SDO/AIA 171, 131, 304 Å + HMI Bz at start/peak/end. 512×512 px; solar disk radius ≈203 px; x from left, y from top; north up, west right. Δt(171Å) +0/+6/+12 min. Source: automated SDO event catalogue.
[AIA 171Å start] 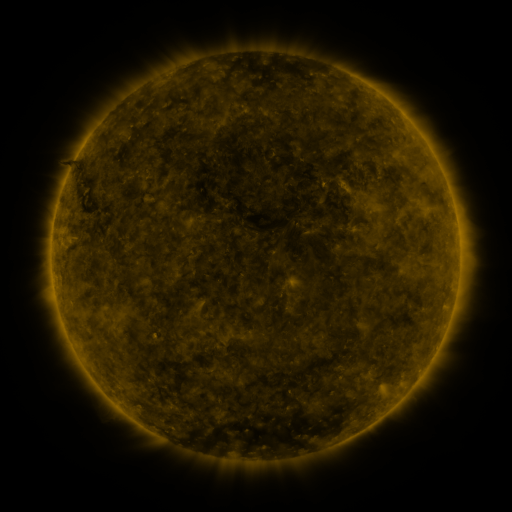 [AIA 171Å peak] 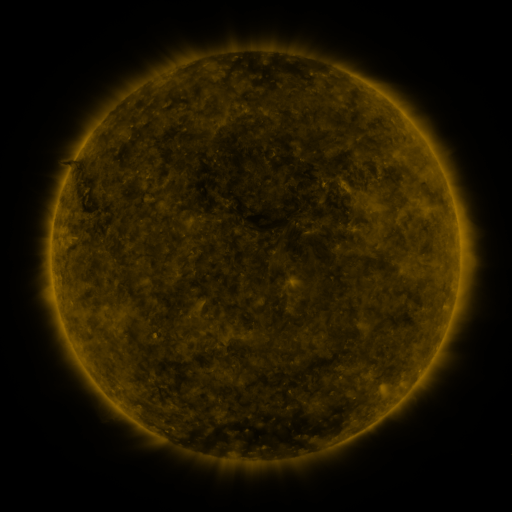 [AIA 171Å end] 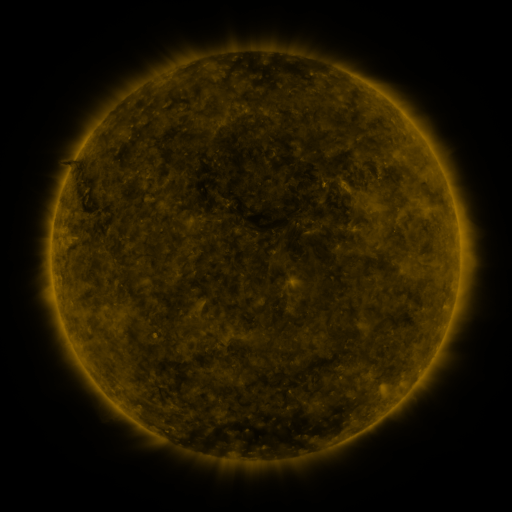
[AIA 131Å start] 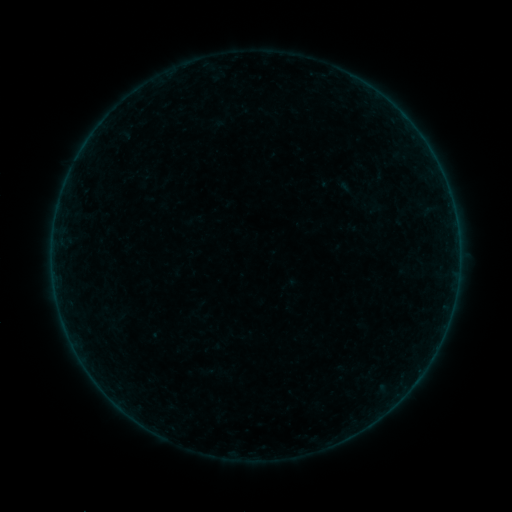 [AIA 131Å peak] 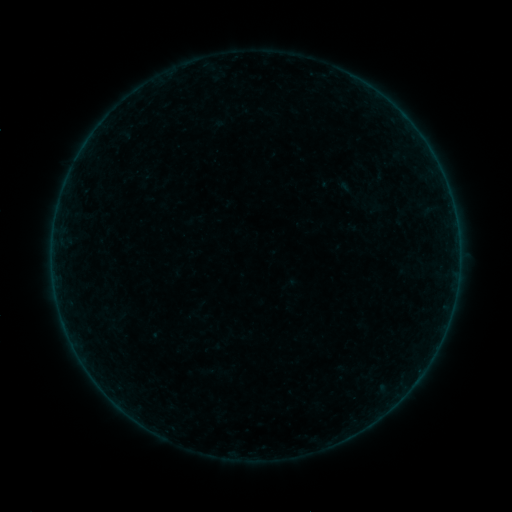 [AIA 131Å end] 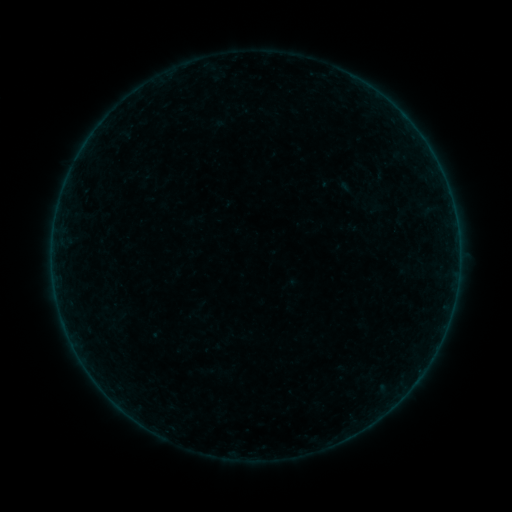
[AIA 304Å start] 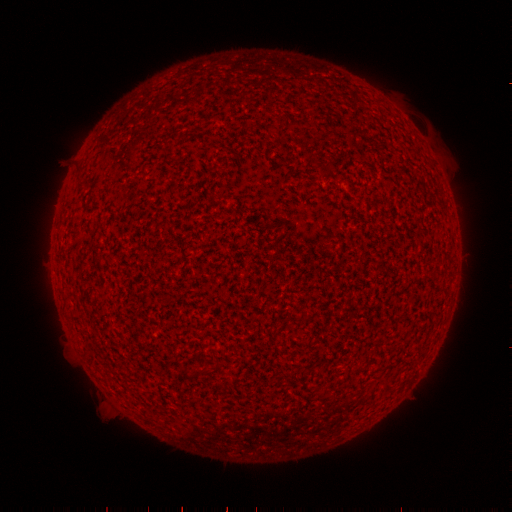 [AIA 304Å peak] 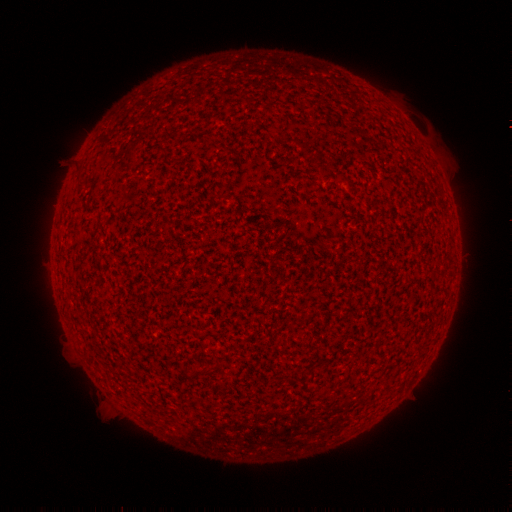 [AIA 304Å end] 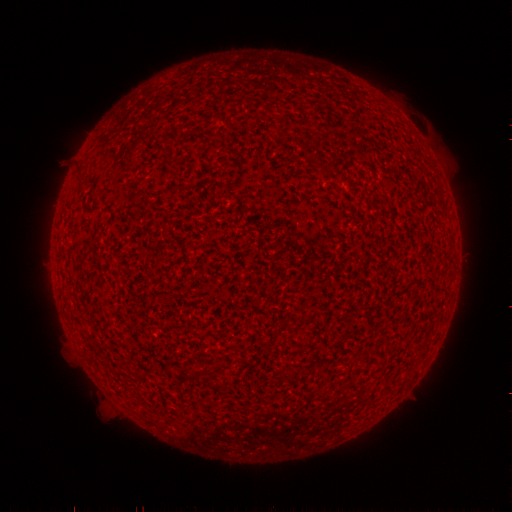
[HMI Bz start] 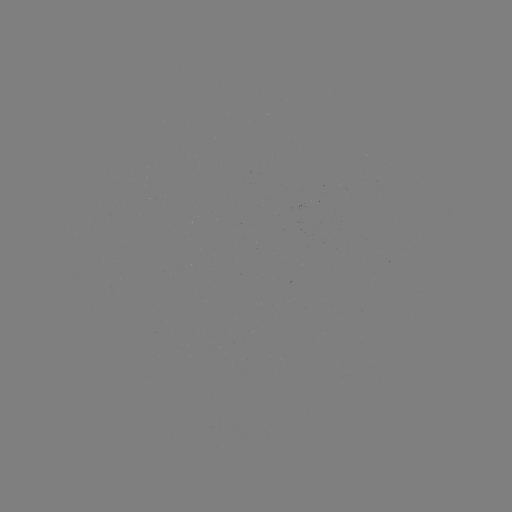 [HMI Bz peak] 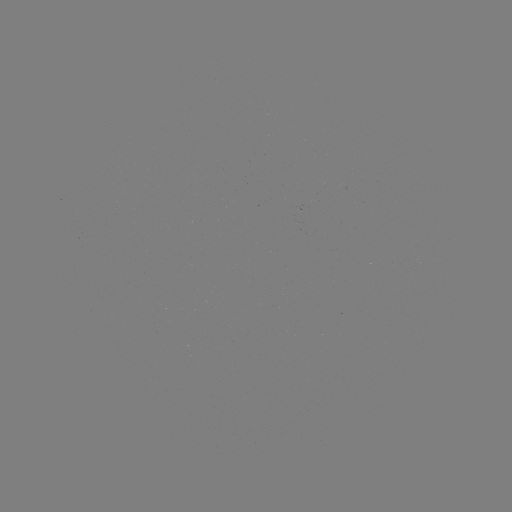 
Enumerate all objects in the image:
A3.6 flare: (249, 455)
